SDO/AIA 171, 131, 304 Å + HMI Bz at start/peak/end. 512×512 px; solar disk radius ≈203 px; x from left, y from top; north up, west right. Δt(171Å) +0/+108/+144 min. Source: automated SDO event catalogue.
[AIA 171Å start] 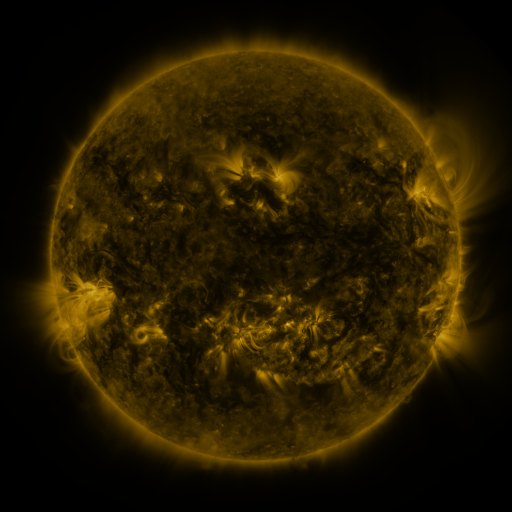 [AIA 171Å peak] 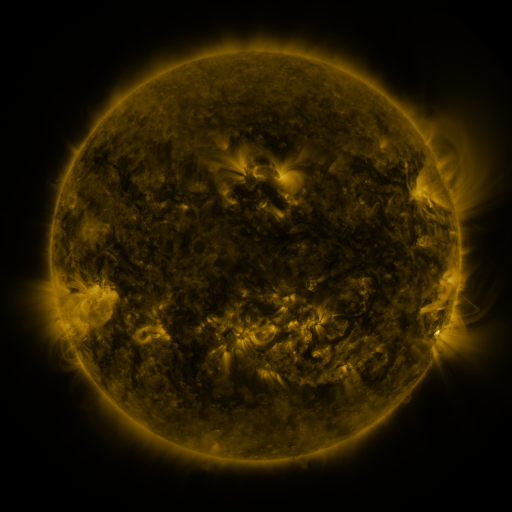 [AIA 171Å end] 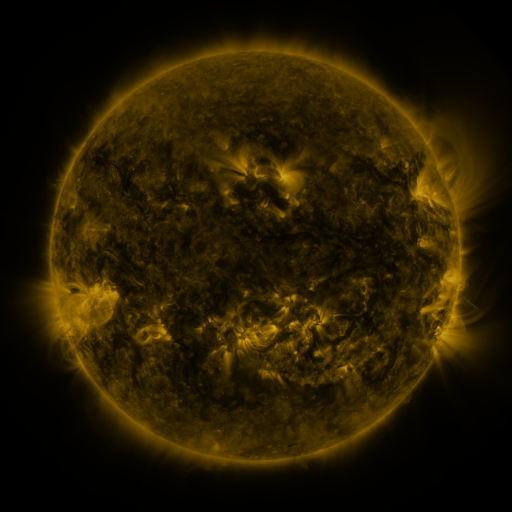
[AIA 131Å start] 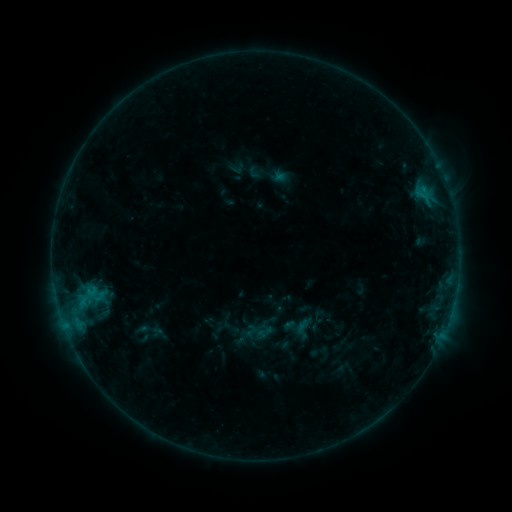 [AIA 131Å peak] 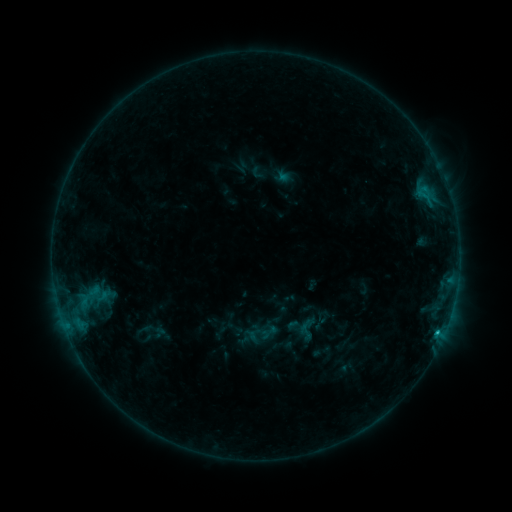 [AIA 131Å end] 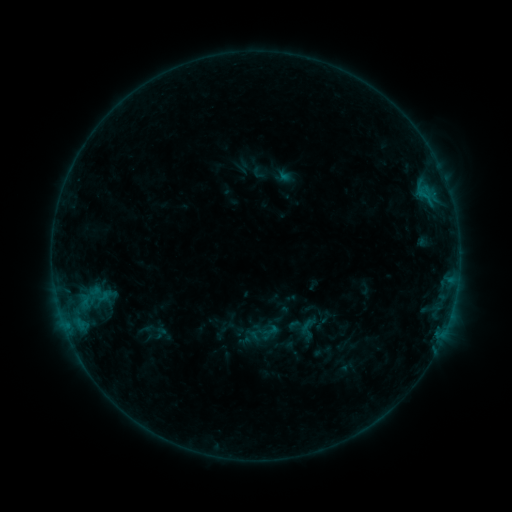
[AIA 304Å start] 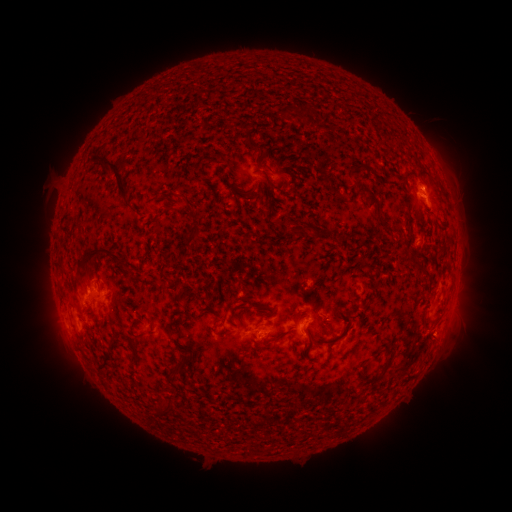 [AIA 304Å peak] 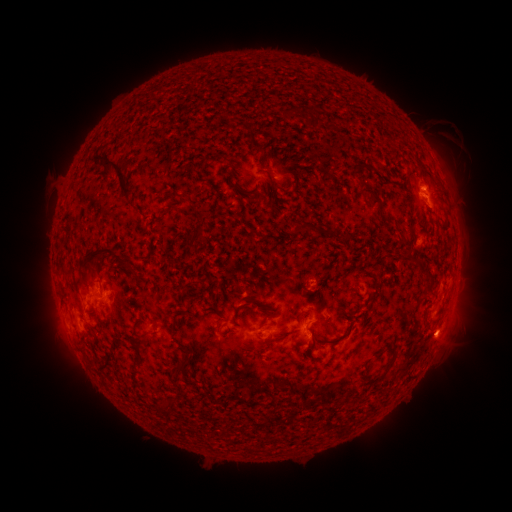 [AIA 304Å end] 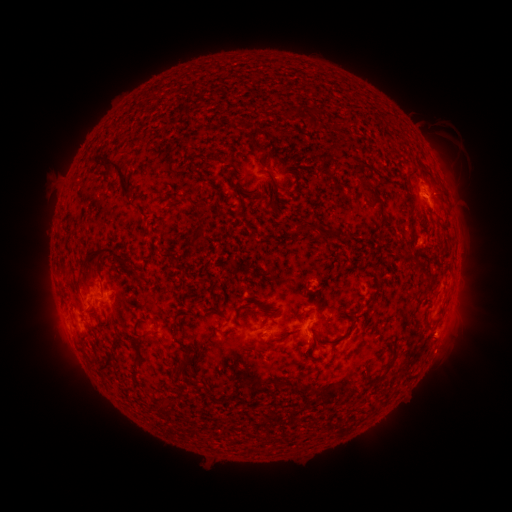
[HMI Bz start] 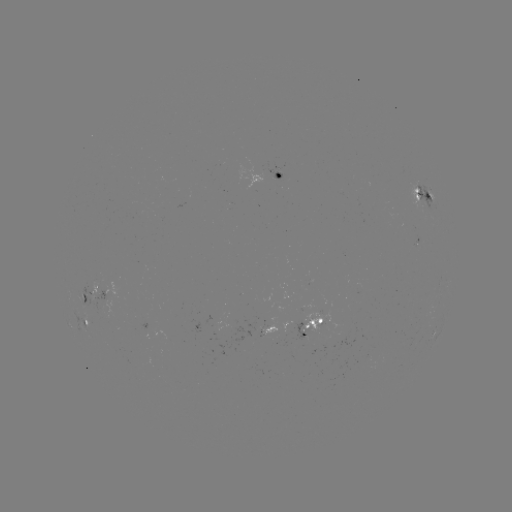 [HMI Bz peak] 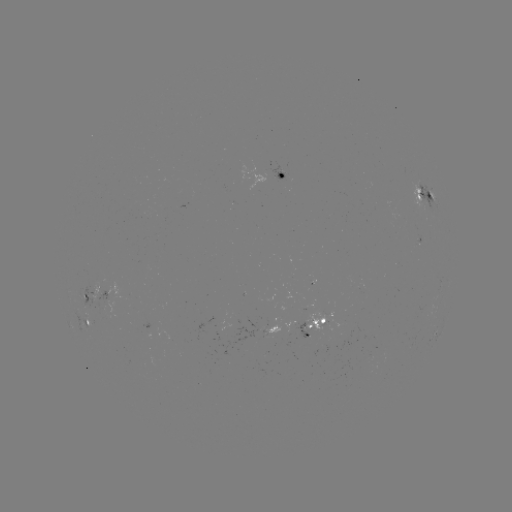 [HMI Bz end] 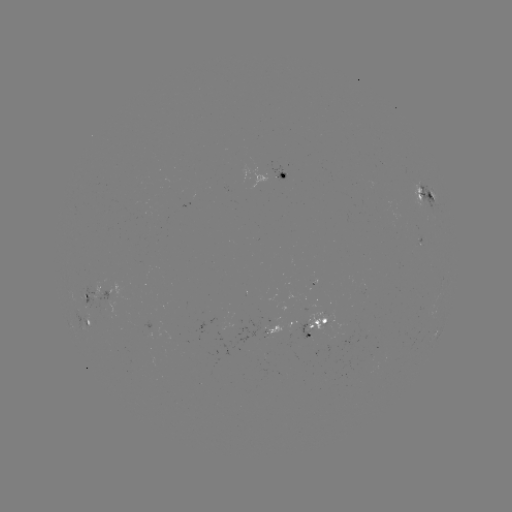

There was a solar emerging-flux region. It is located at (277, 175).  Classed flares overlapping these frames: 1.